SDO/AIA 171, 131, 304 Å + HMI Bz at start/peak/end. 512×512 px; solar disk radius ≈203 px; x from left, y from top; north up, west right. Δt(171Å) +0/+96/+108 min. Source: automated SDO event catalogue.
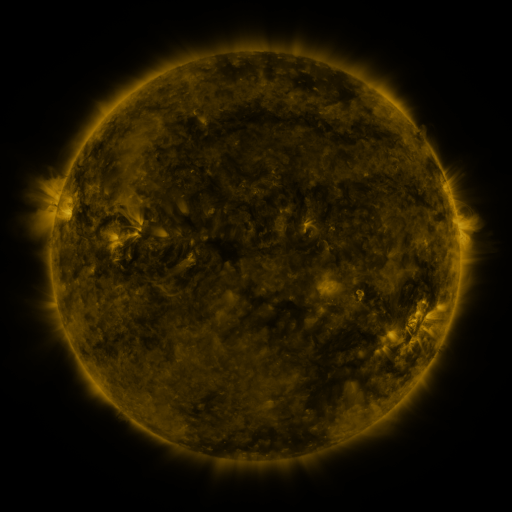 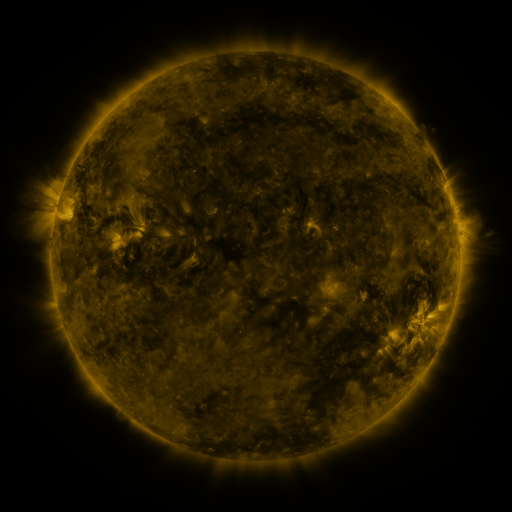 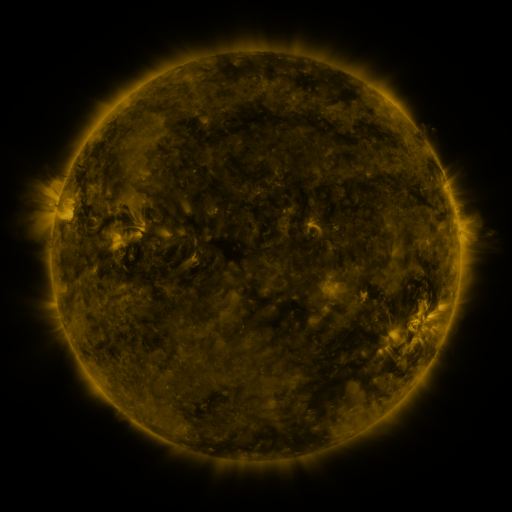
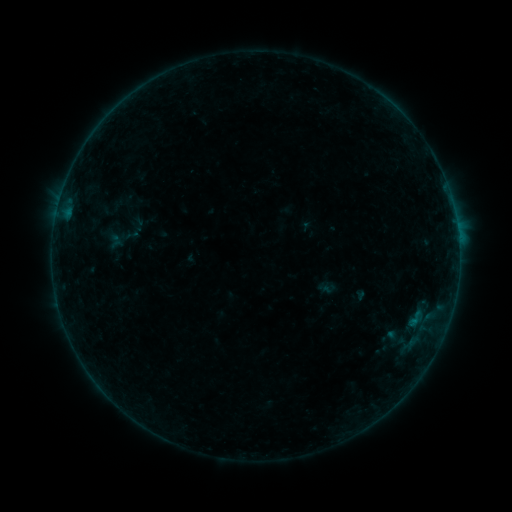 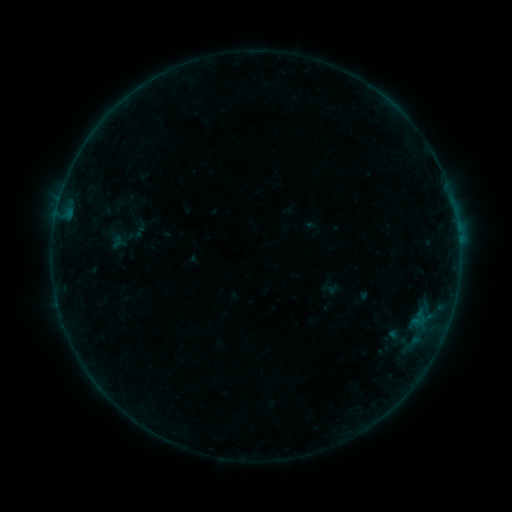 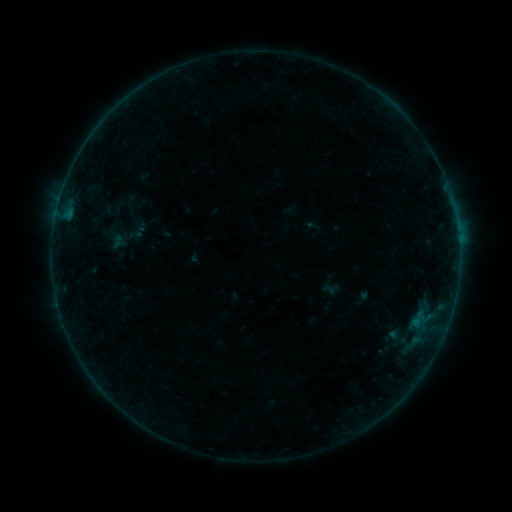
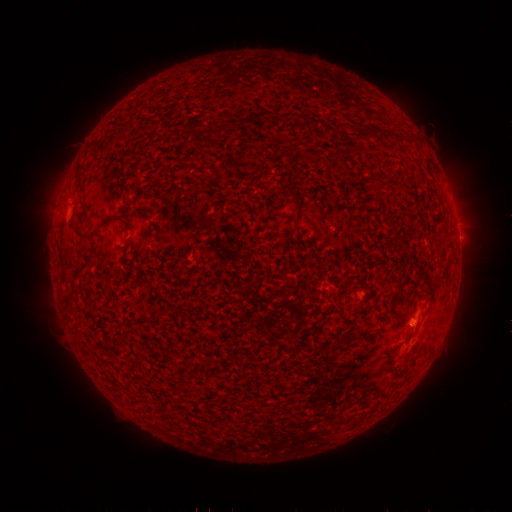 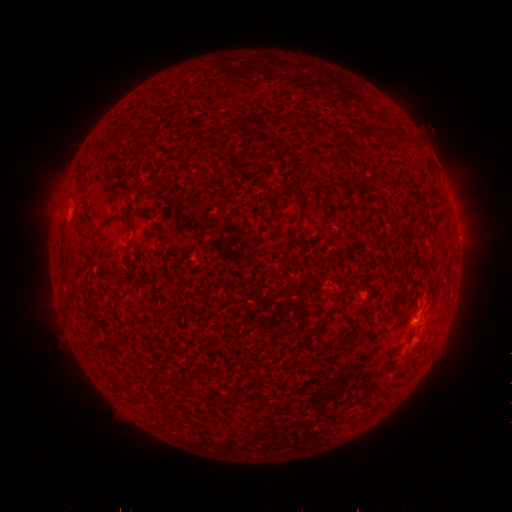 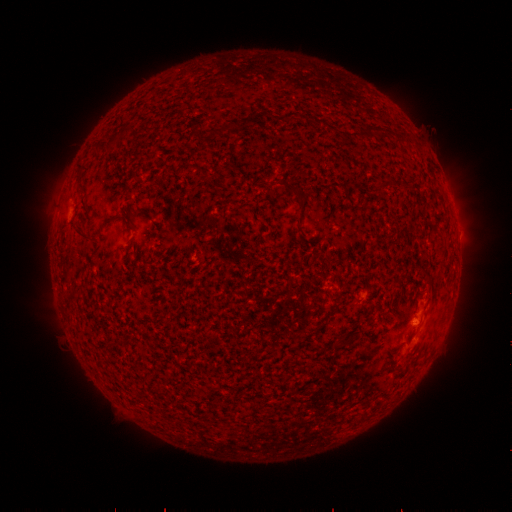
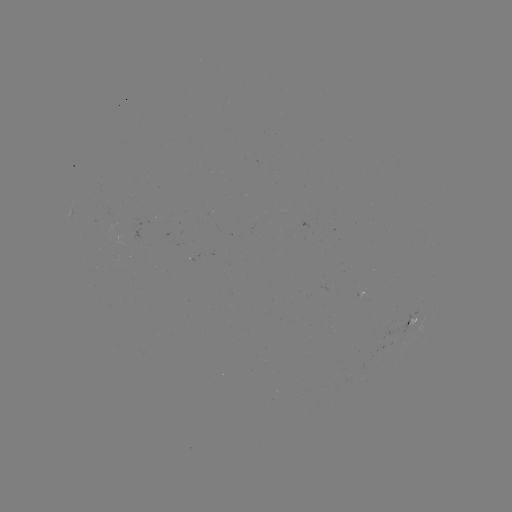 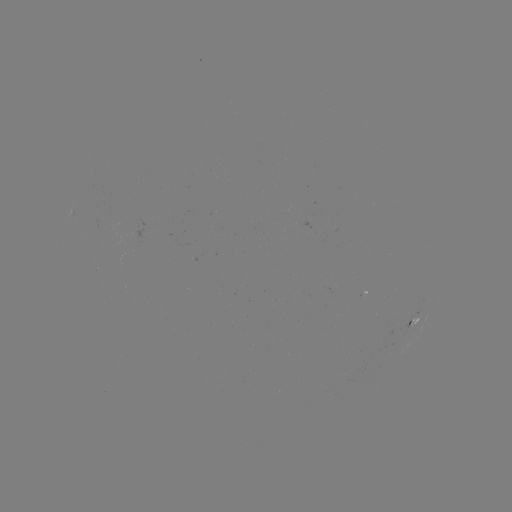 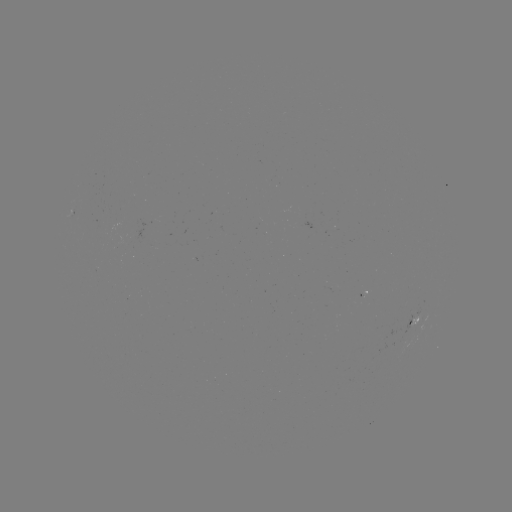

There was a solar emerging-flux region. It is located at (416, 321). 